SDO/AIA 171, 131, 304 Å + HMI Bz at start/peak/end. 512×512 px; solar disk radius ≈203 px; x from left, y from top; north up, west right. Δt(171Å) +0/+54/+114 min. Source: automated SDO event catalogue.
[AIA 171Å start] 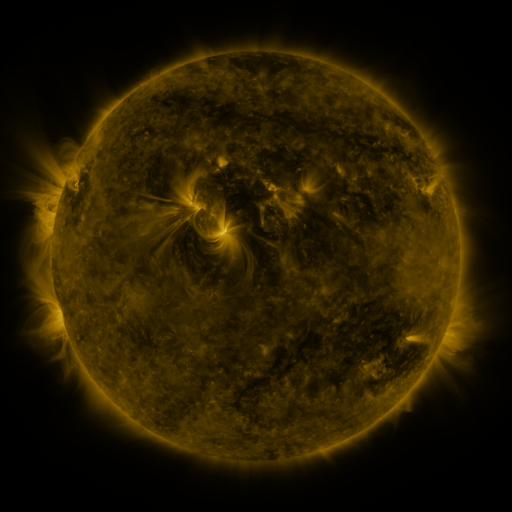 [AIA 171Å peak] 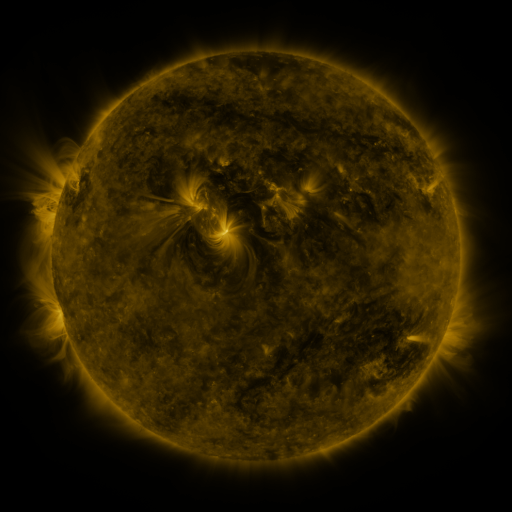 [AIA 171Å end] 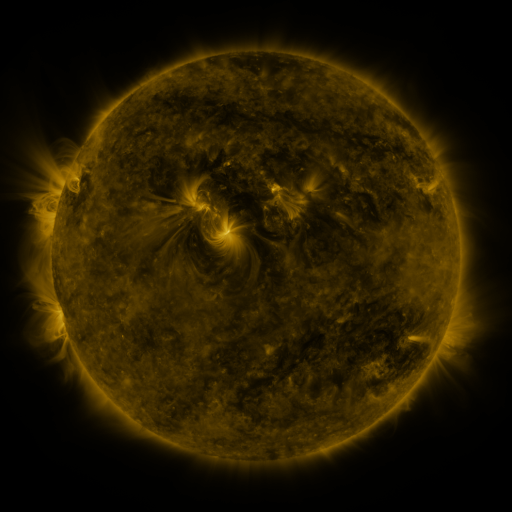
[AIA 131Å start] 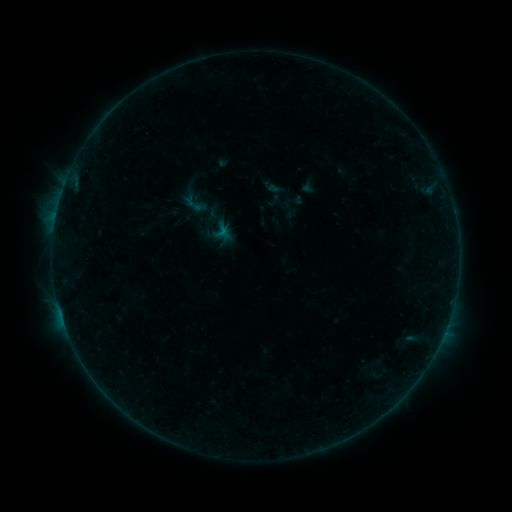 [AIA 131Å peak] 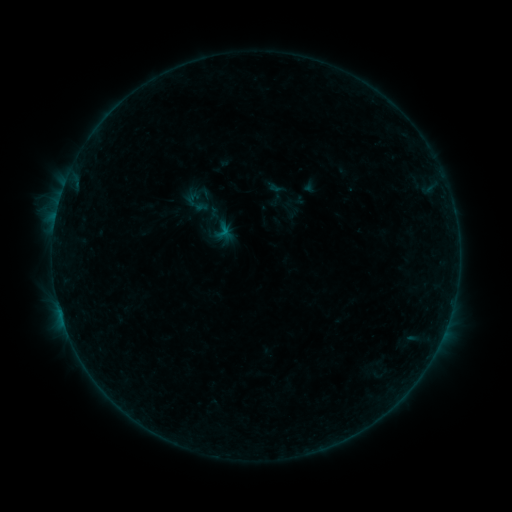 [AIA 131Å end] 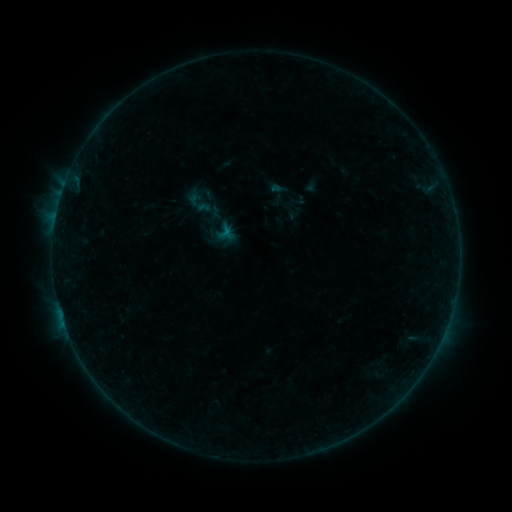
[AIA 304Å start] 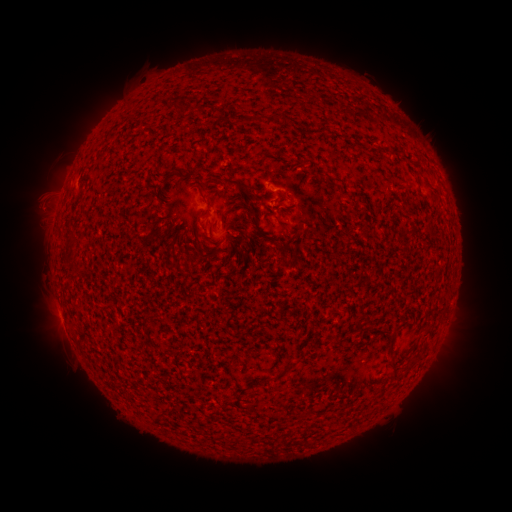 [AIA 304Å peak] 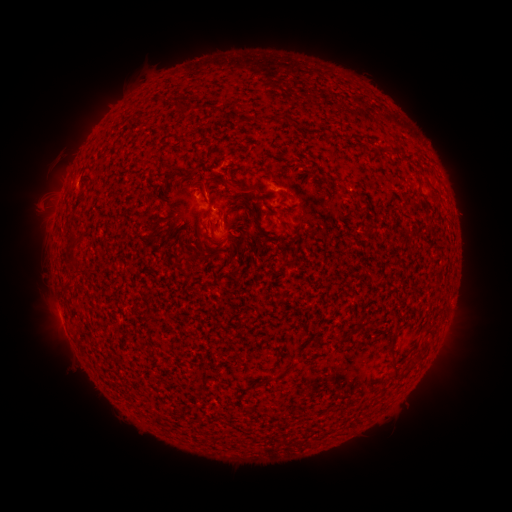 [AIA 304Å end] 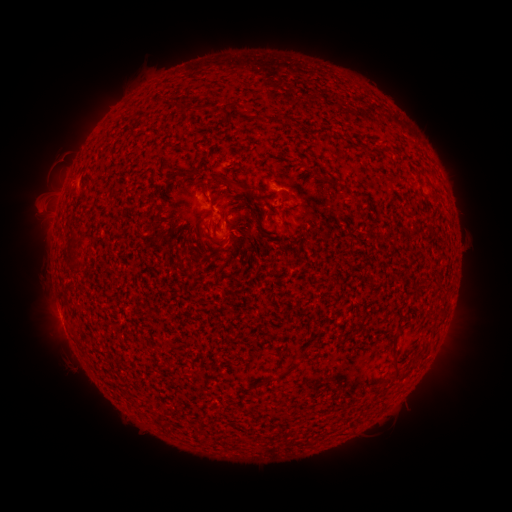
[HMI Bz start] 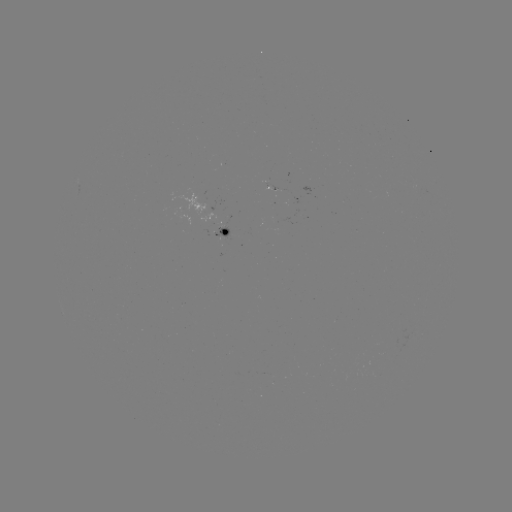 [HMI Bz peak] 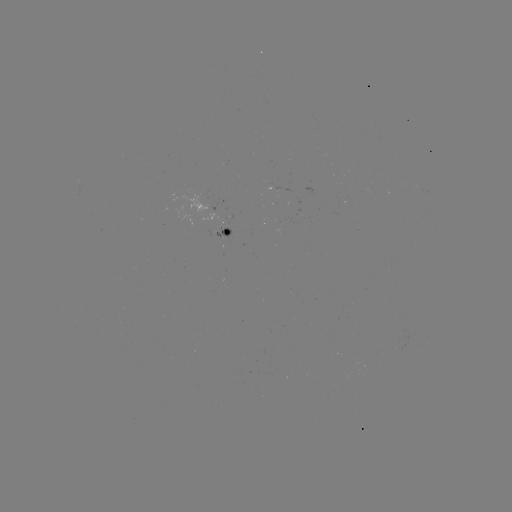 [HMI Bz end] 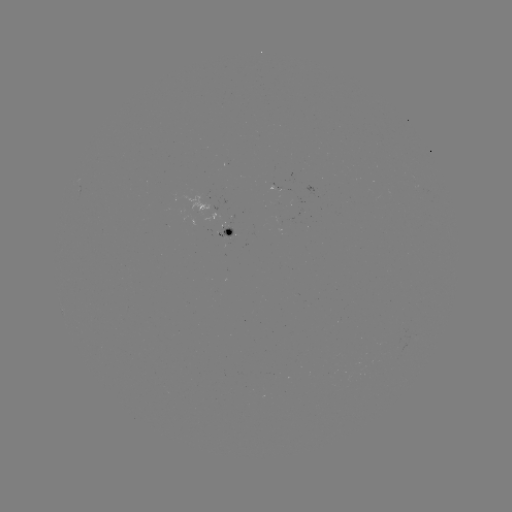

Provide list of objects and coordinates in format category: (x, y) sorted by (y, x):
B1.8 flare: (207, 198)
